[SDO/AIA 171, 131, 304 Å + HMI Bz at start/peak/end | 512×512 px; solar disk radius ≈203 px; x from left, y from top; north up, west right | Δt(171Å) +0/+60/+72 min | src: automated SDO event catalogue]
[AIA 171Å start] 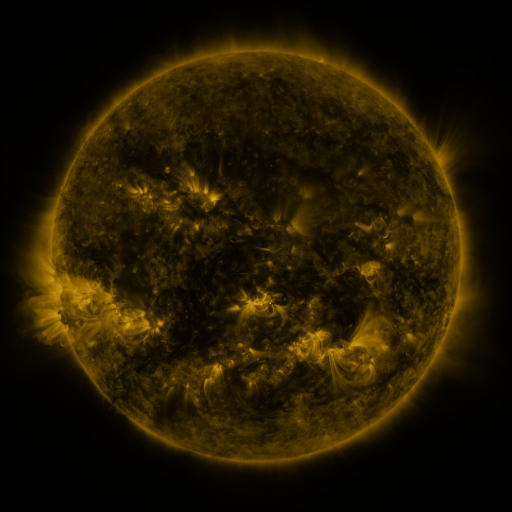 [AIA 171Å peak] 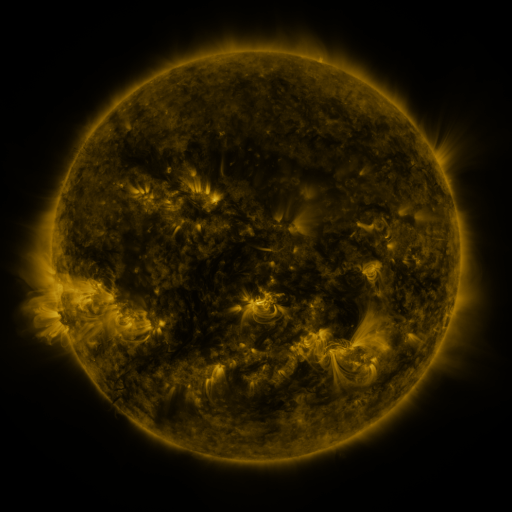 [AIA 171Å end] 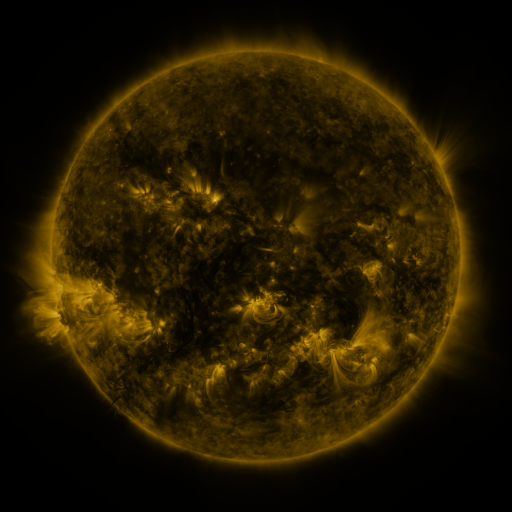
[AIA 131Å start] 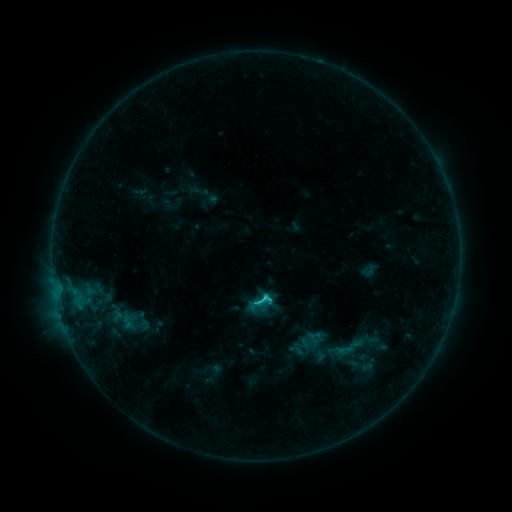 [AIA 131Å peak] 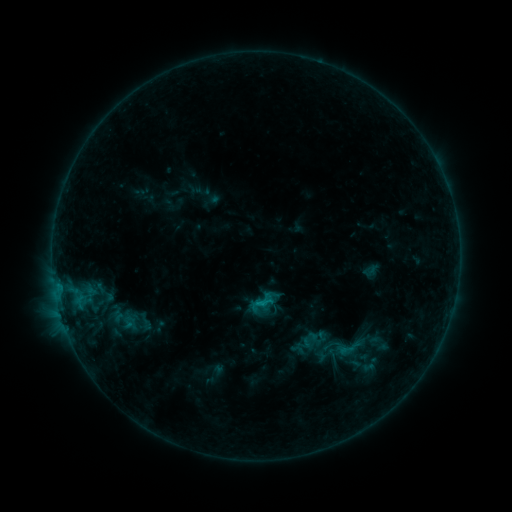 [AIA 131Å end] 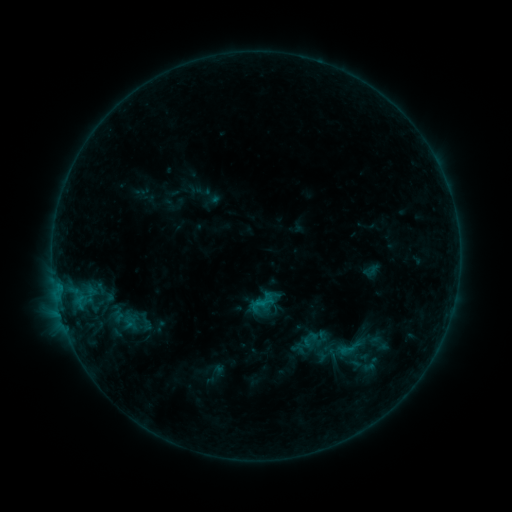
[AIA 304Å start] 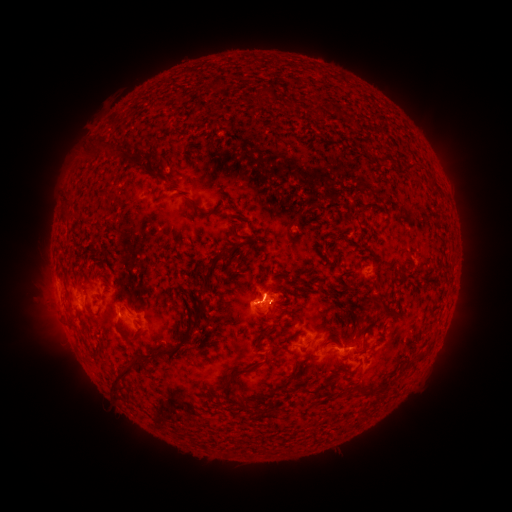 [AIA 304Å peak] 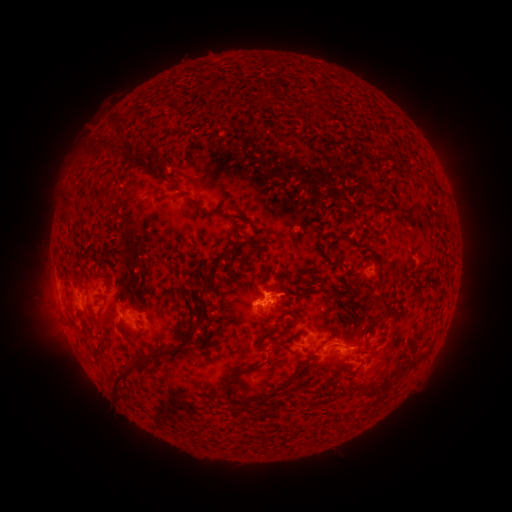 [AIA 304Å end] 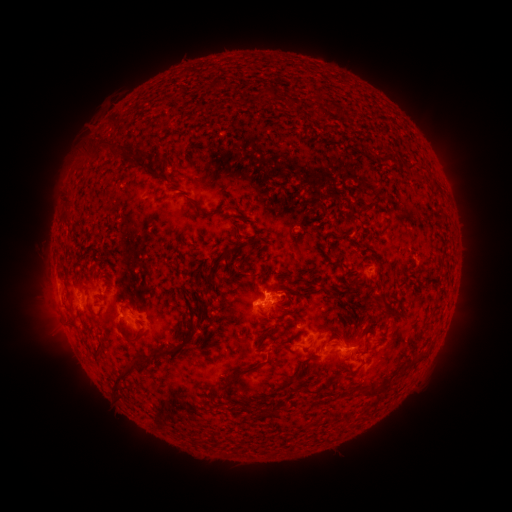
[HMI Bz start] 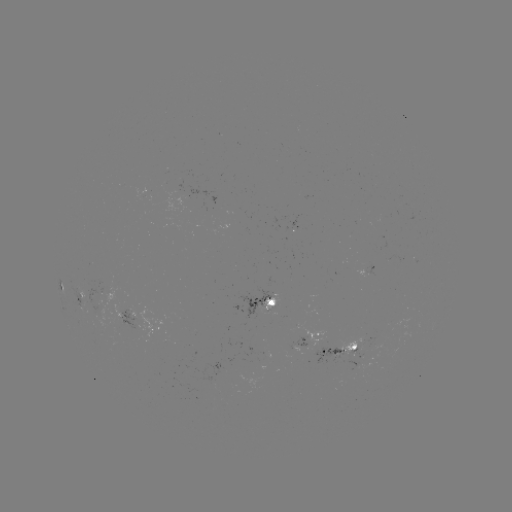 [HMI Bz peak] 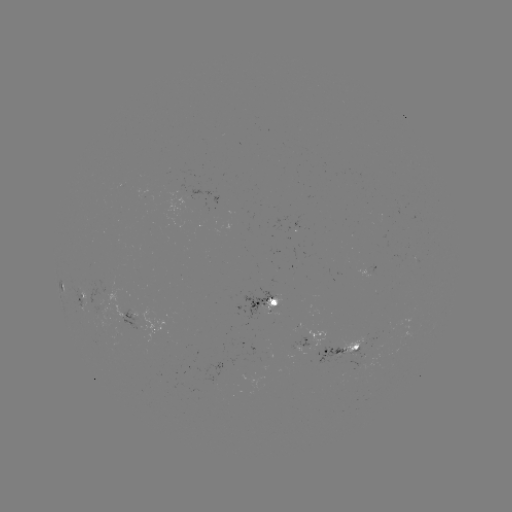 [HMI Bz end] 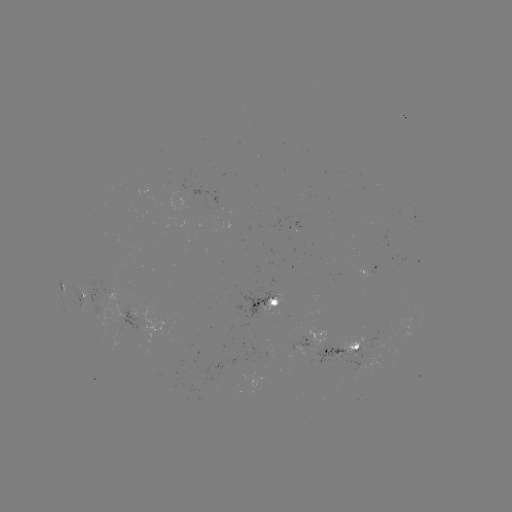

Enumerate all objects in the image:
emerging-flux region: (91, 289)
